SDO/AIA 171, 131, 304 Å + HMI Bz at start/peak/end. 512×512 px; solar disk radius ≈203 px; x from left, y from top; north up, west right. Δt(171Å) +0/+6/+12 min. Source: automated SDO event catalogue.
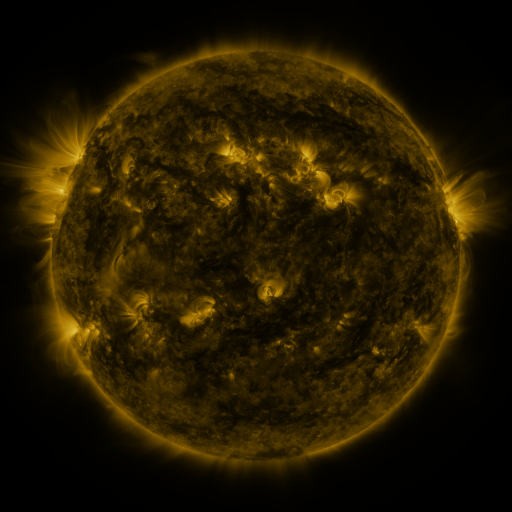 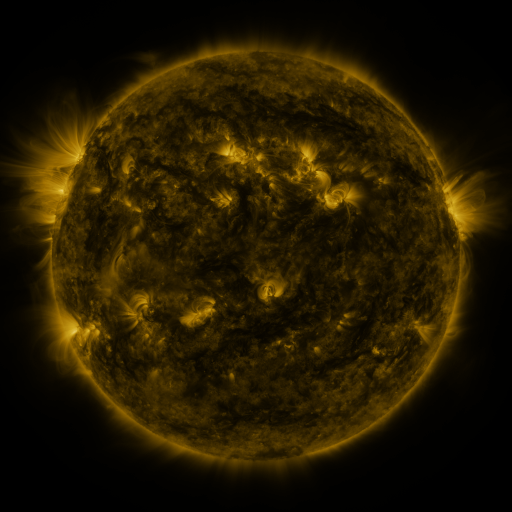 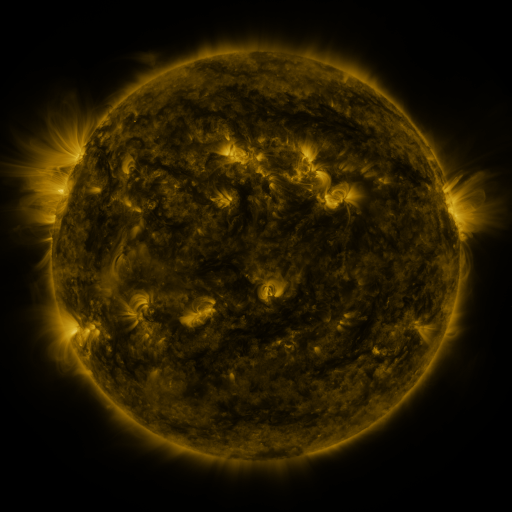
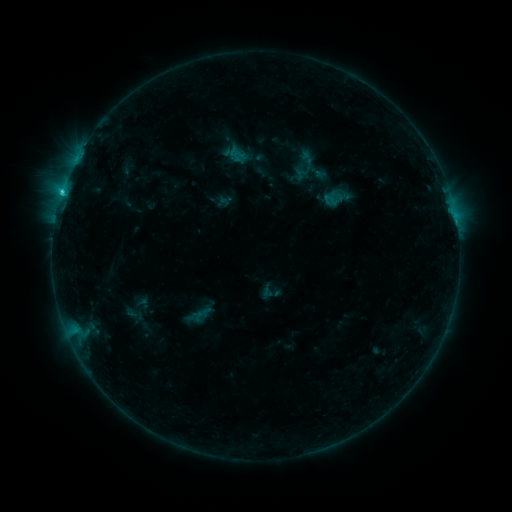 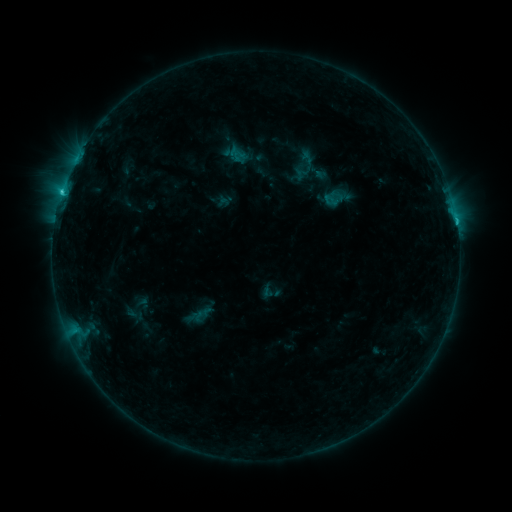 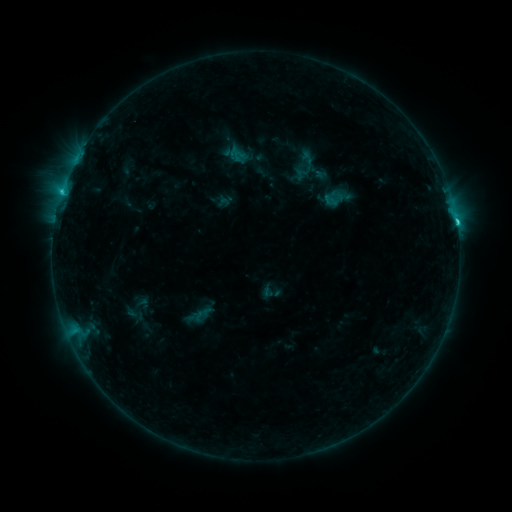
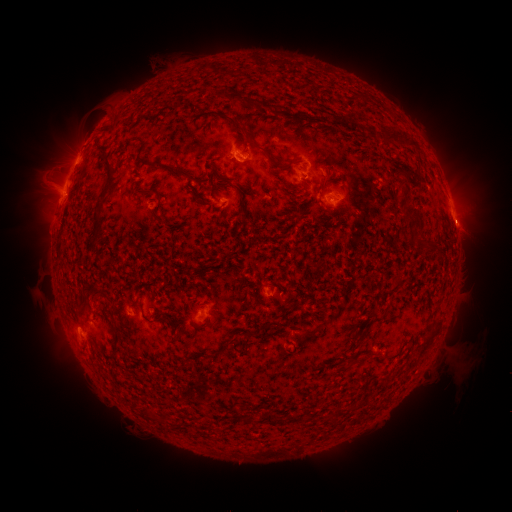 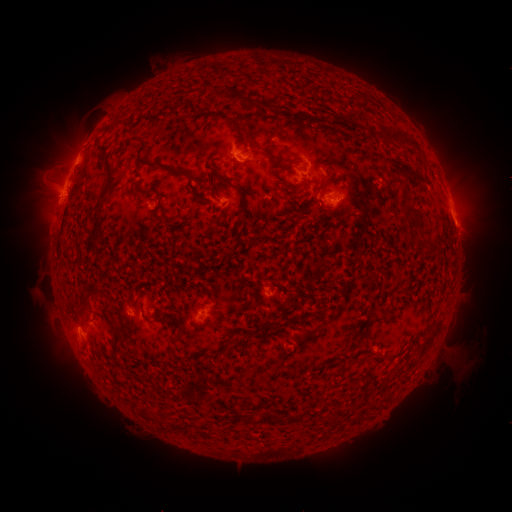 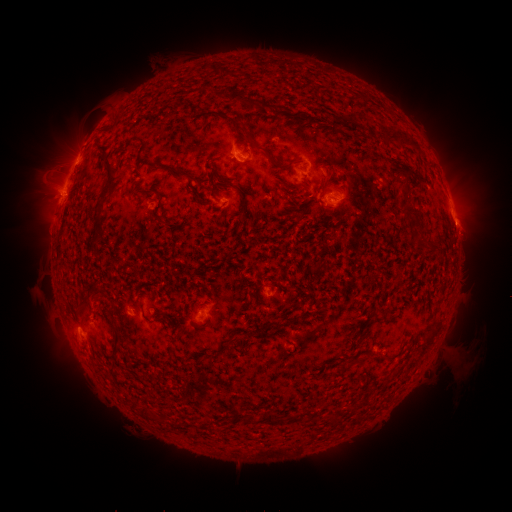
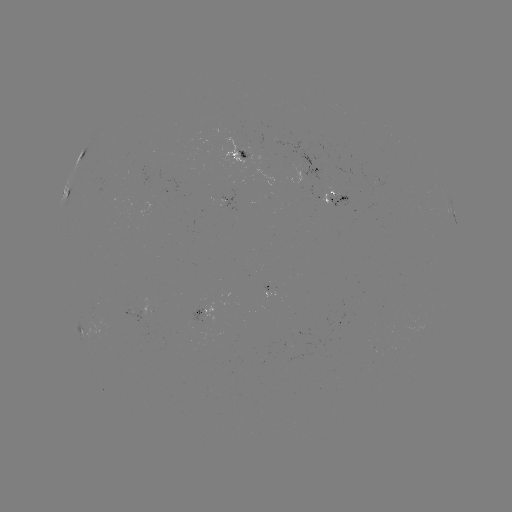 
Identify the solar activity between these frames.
C2.3 flare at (456, 223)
